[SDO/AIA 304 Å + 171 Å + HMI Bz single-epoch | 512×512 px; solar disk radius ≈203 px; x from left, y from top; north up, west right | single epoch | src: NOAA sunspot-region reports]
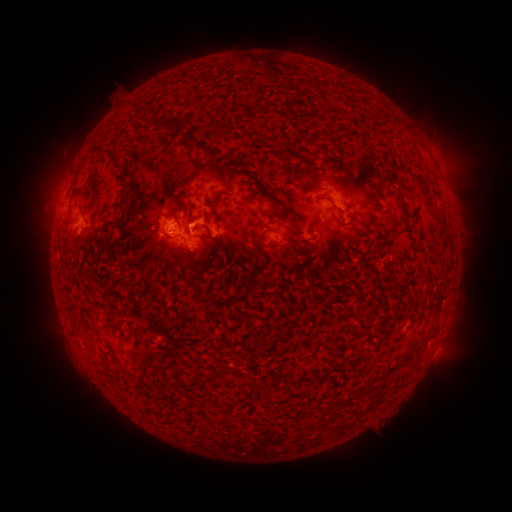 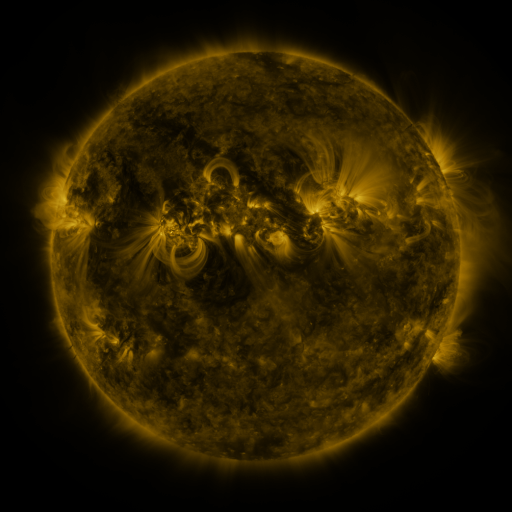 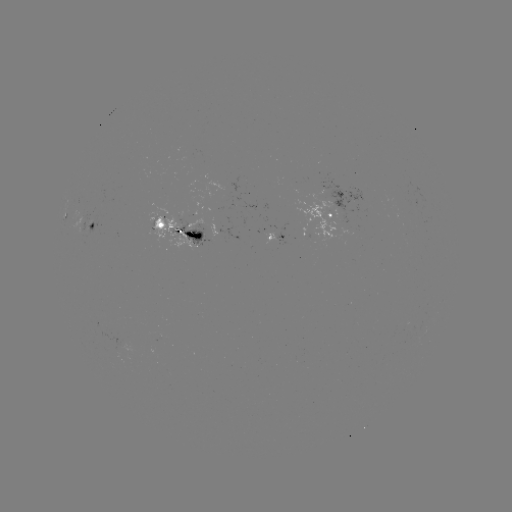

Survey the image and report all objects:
spotted active region: (65, 217)
spotted active region: (332, 218)
spotted active region: (87, 223)
spotted active region: (178, 232)
spotted active region: (280, 234)
spotted active region: (435, 350)
